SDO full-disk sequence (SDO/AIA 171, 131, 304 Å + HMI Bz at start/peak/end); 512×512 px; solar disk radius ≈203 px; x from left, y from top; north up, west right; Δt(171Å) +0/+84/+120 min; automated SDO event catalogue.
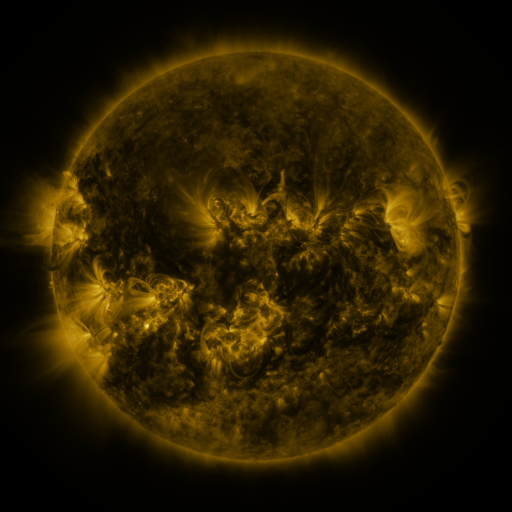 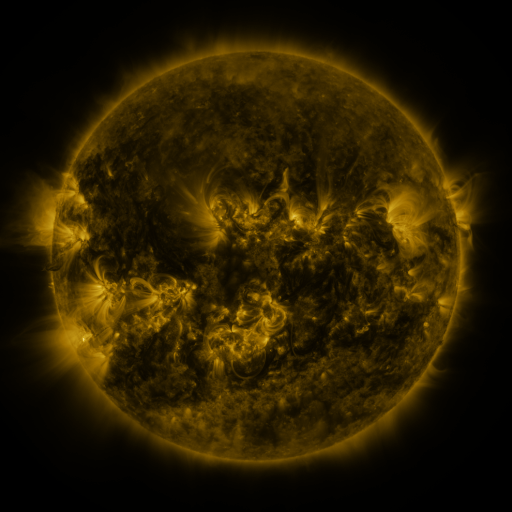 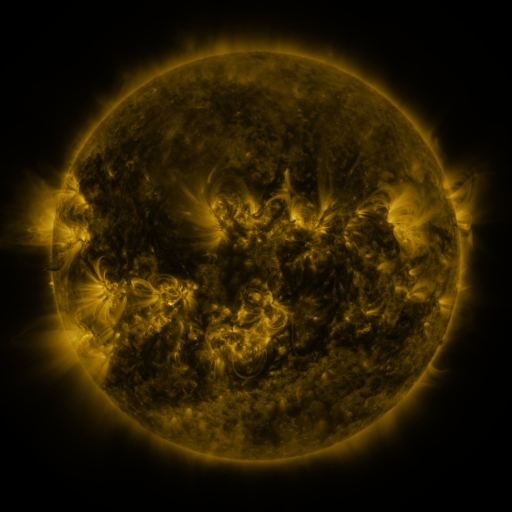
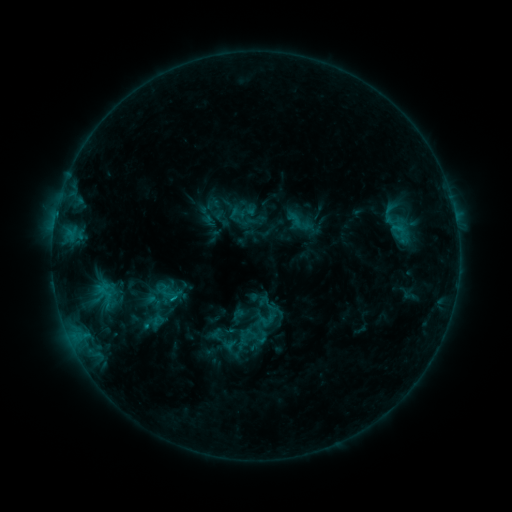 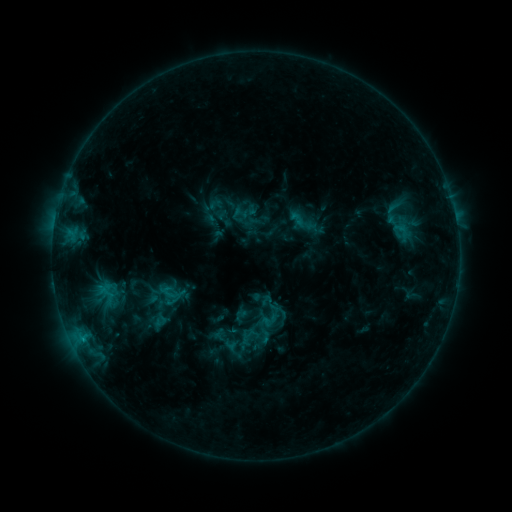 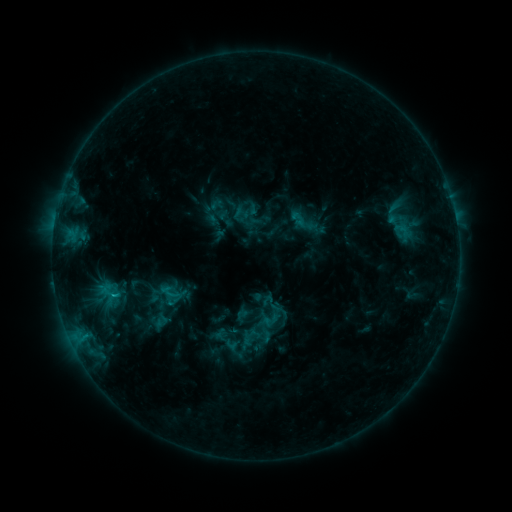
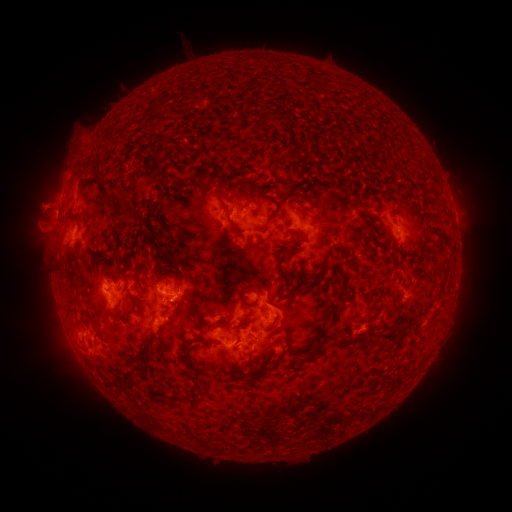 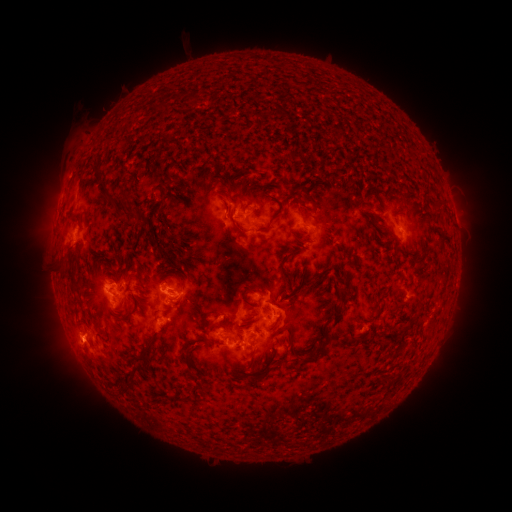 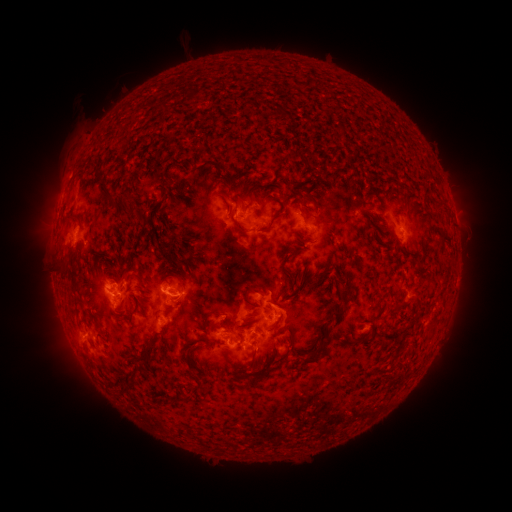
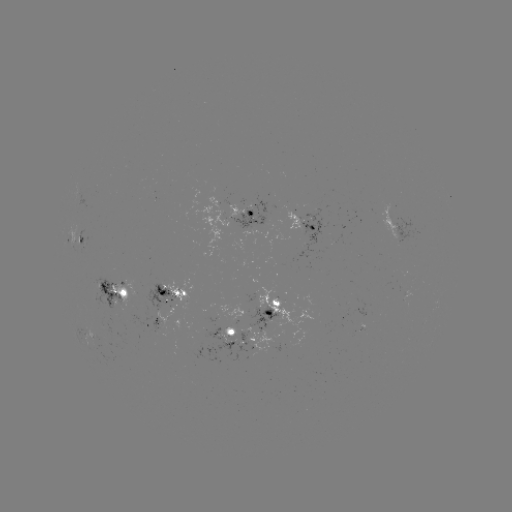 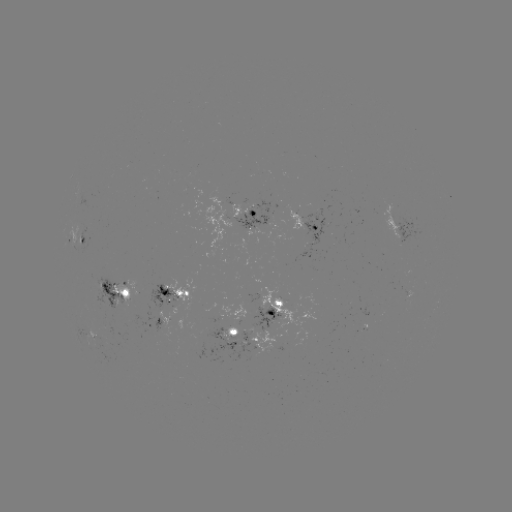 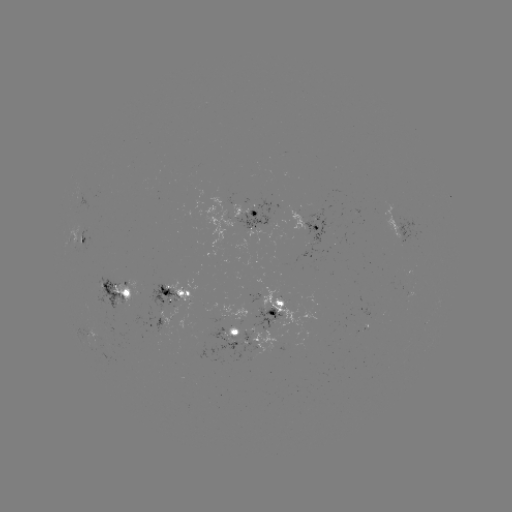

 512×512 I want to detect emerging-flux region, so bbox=[163, 276, 195, 305].